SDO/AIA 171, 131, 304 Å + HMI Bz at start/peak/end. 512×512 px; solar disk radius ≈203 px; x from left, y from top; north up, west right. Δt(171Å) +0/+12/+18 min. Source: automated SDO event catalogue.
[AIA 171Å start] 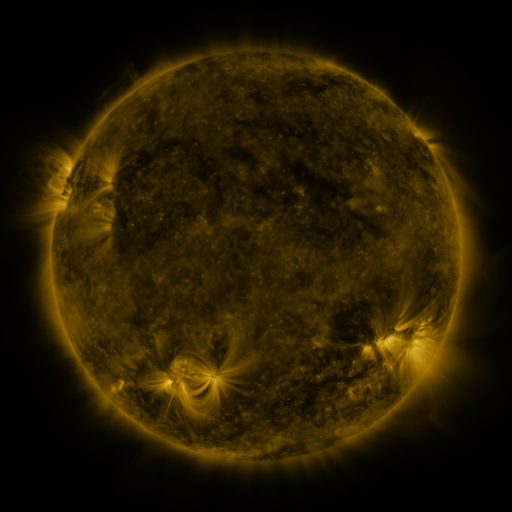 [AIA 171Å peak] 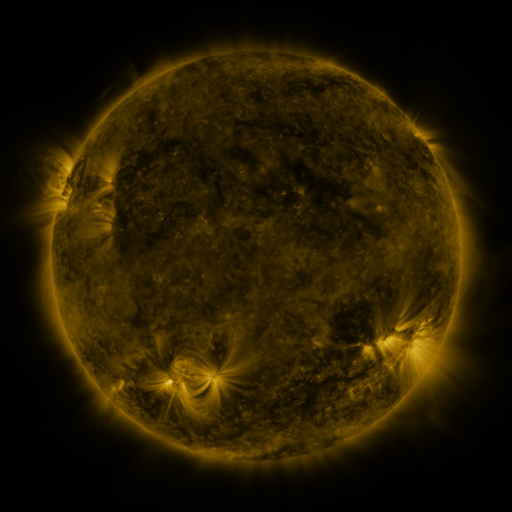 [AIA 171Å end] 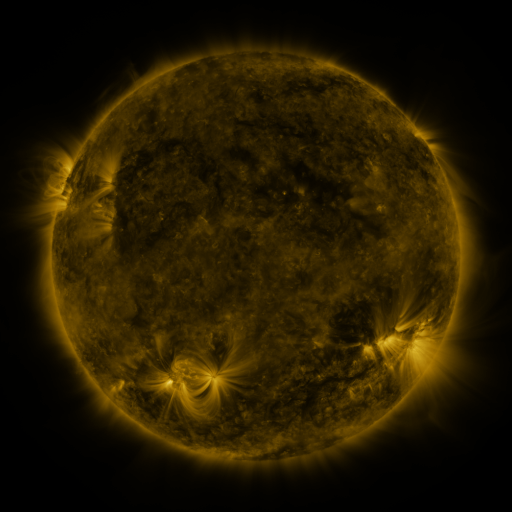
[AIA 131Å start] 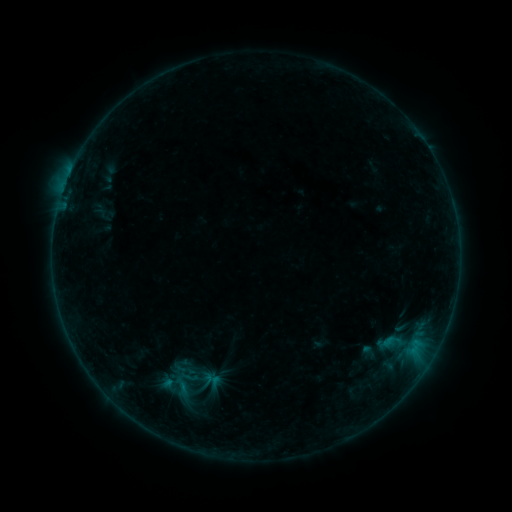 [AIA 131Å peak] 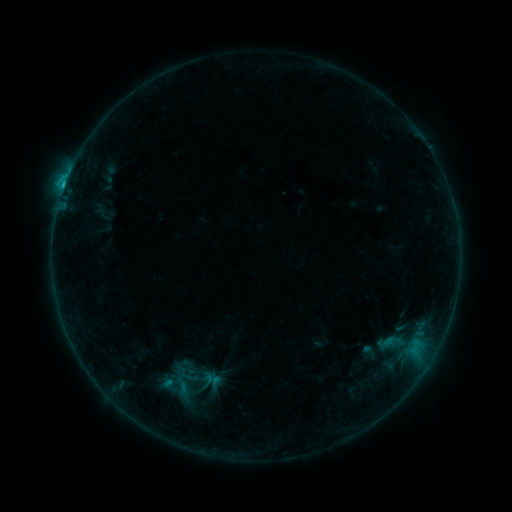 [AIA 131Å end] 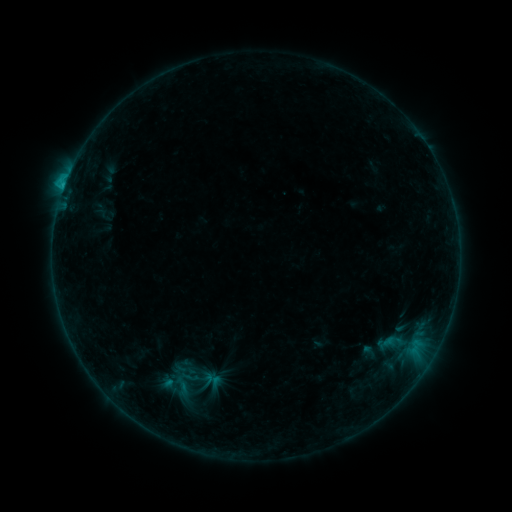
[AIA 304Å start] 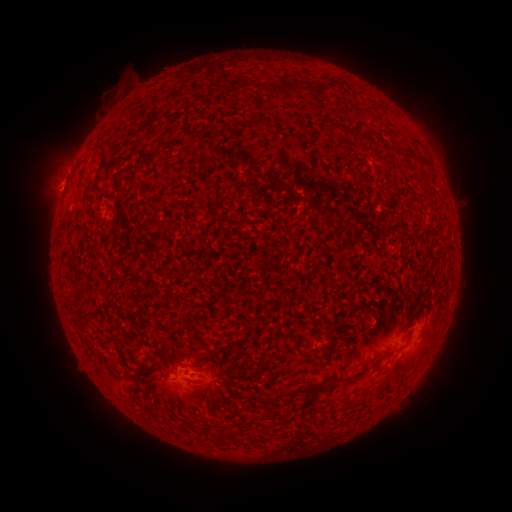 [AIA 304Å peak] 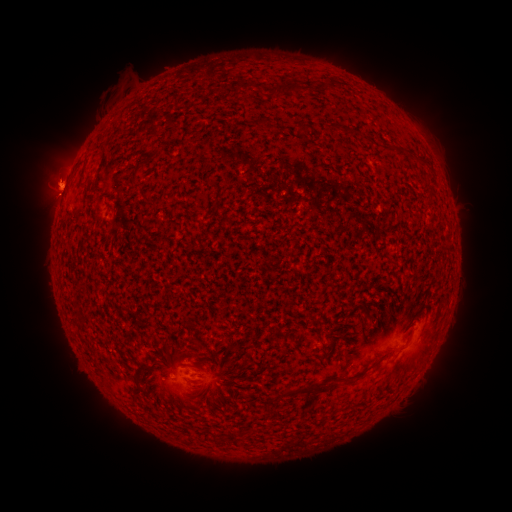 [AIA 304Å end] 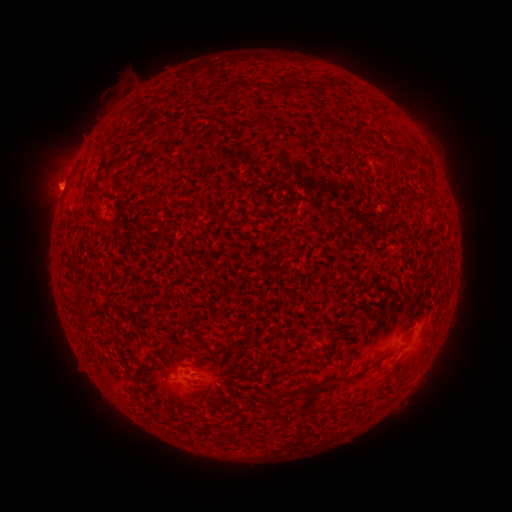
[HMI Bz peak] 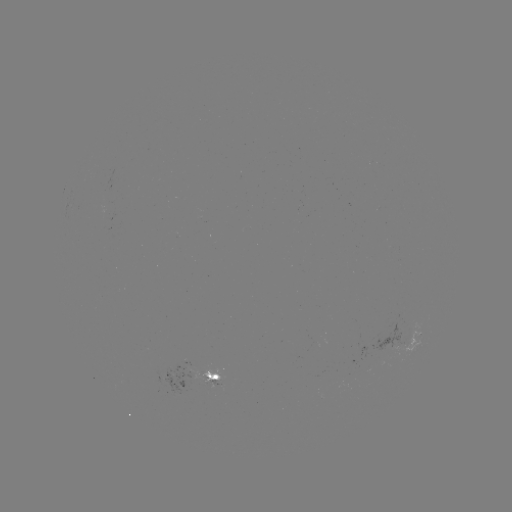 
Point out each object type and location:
B9.0 flare: (64, 191)
